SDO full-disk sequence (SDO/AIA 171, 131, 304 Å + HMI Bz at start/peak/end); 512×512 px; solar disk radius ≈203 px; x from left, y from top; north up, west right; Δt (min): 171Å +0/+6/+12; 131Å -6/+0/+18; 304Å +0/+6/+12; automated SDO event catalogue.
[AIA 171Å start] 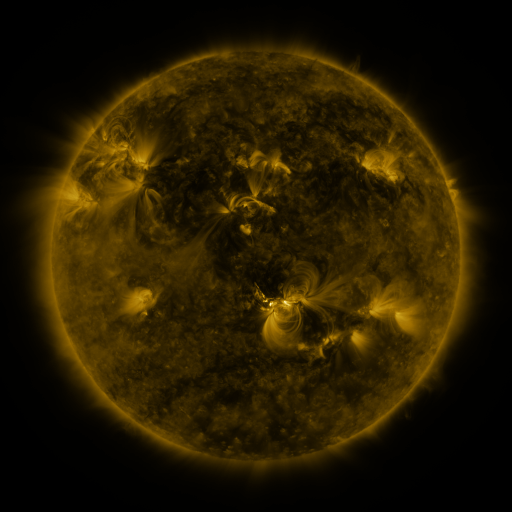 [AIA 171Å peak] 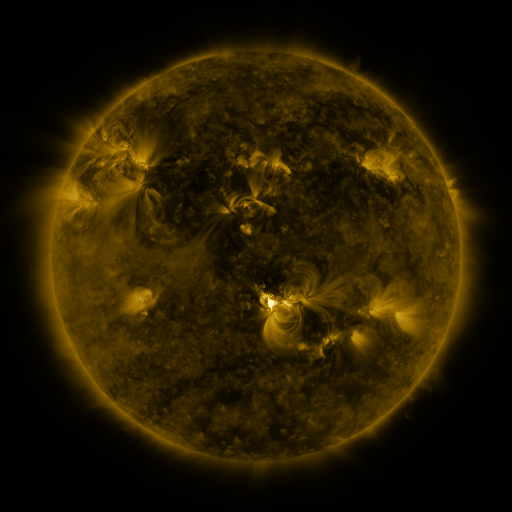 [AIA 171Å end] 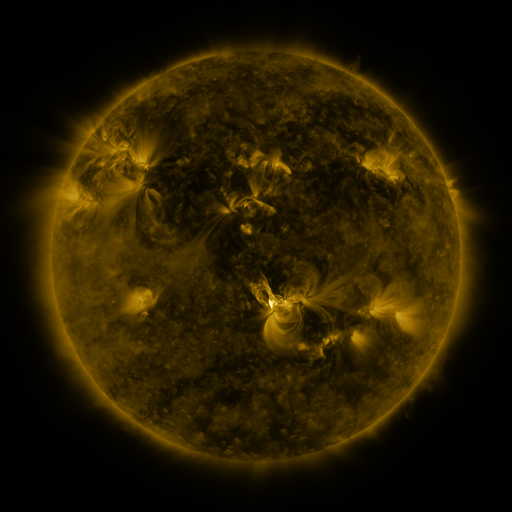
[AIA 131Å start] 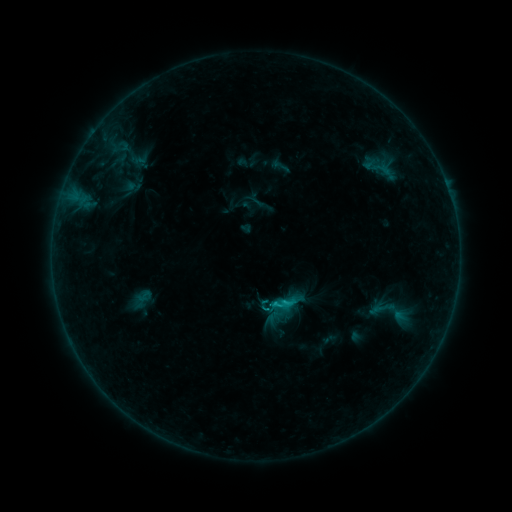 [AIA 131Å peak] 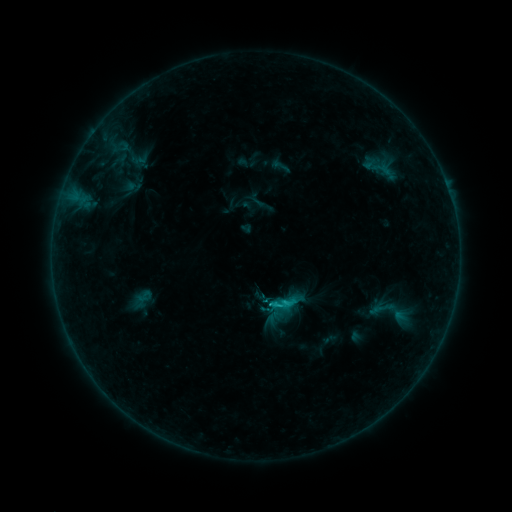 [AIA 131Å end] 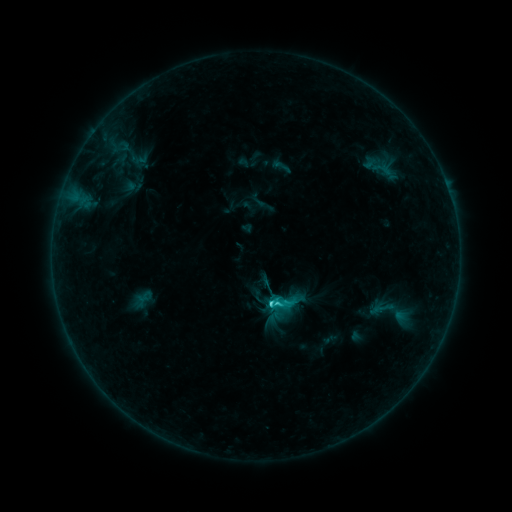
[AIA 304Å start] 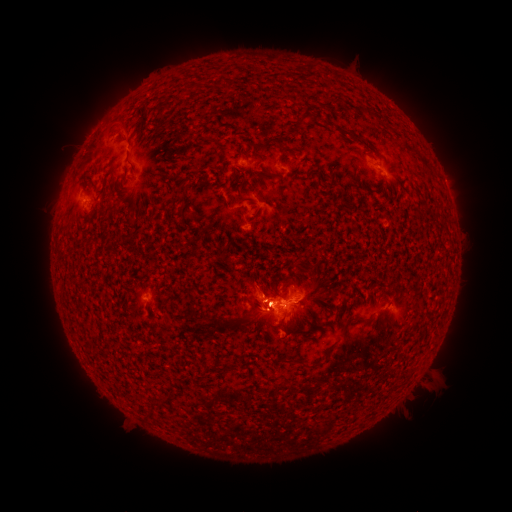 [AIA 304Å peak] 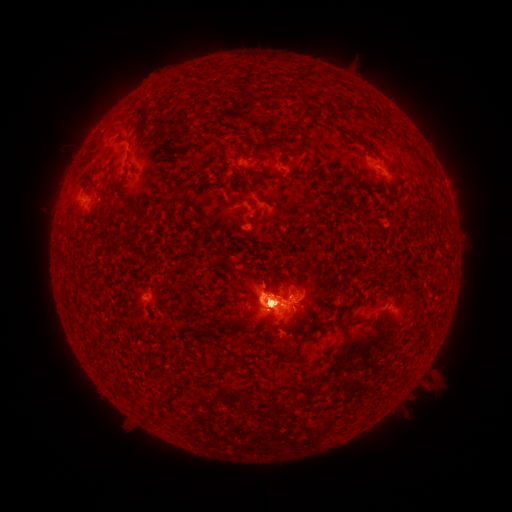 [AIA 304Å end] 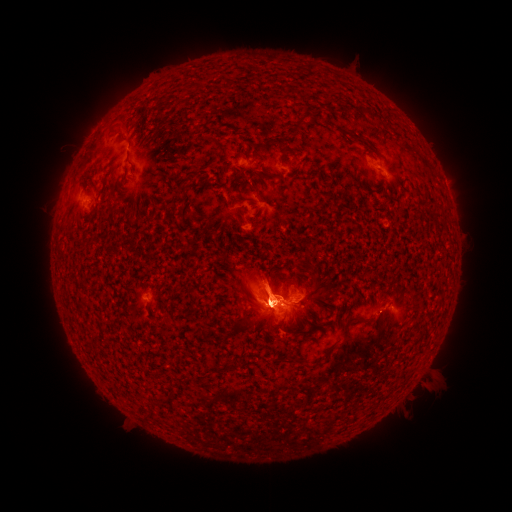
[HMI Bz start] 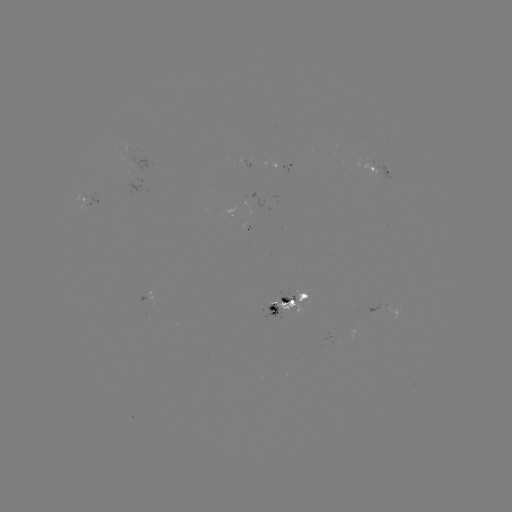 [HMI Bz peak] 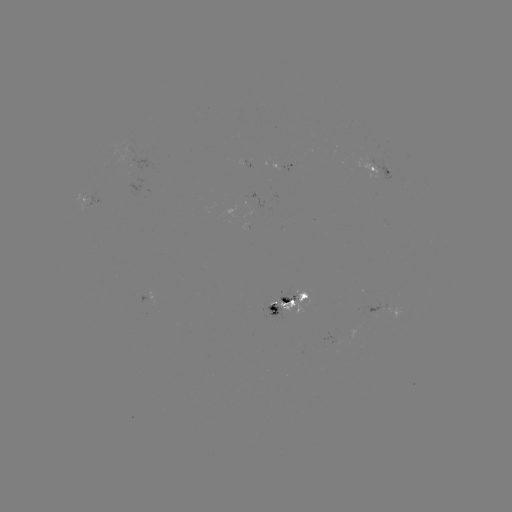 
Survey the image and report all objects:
eruption: (406, 118)
